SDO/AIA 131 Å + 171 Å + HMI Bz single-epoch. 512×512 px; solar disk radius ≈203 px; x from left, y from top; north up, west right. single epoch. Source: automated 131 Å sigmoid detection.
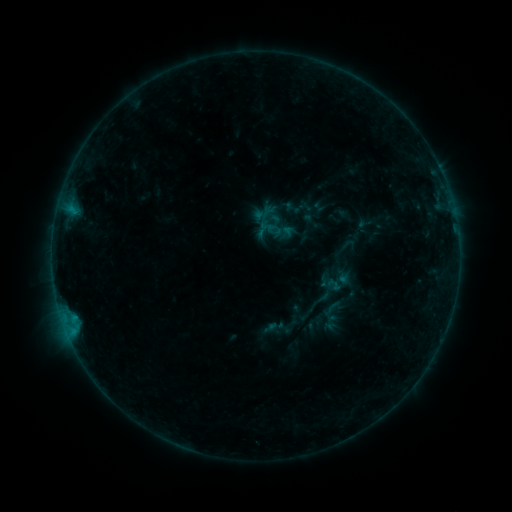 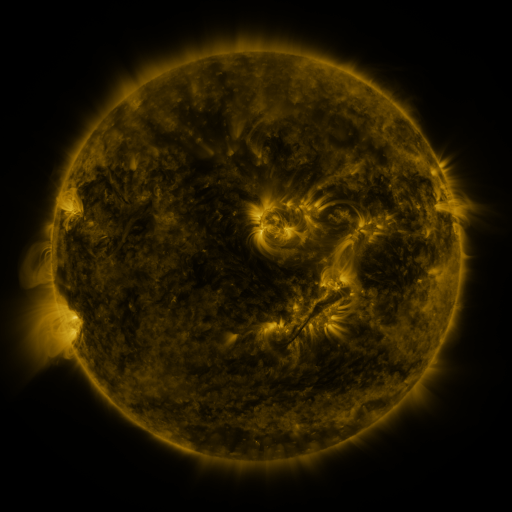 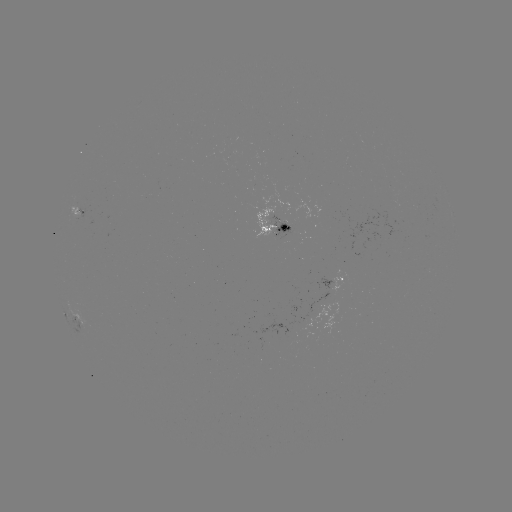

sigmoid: (262, 205, 280, 223)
